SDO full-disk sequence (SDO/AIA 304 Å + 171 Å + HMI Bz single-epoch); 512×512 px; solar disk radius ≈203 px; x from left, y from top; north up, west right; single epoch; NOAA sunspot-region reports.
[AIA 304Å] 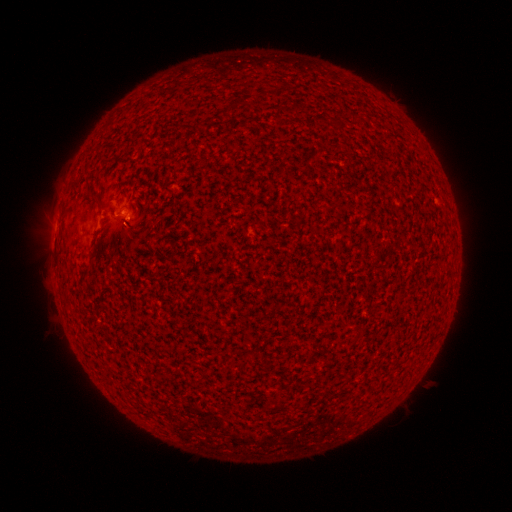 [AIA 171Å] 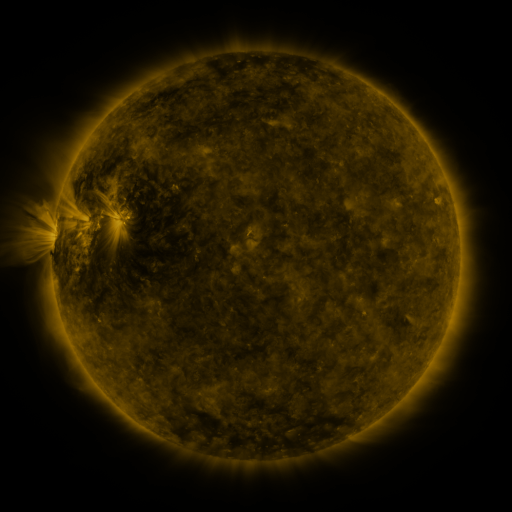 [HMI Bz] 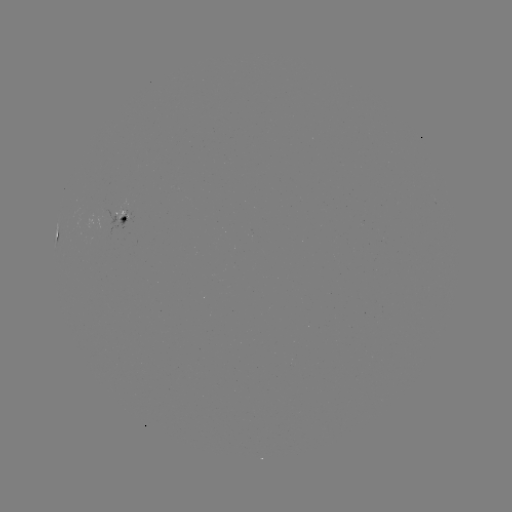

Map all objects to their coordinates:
spotted active region: (125, 221)
spotted active region: (55, 236)
